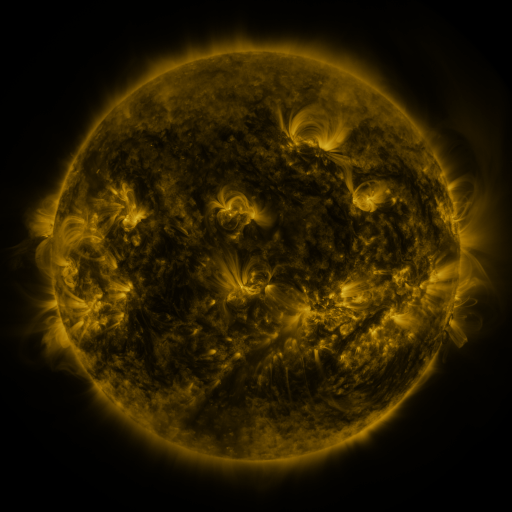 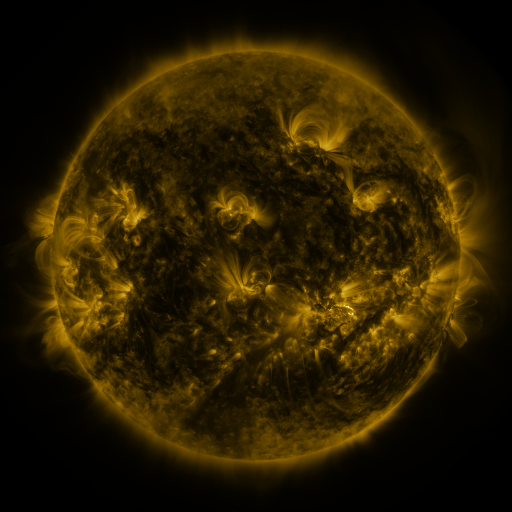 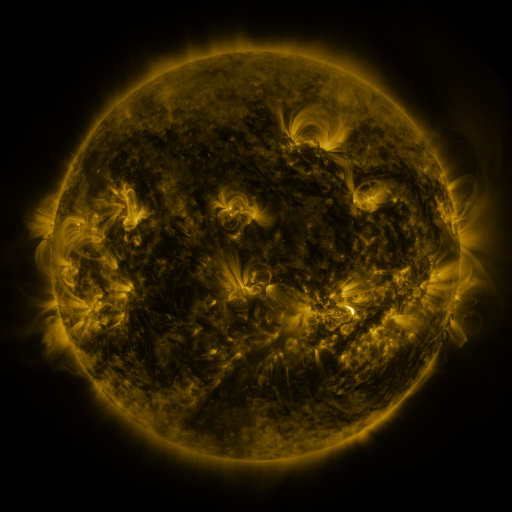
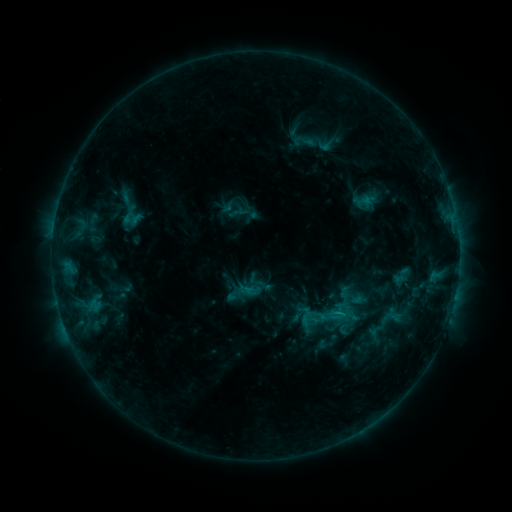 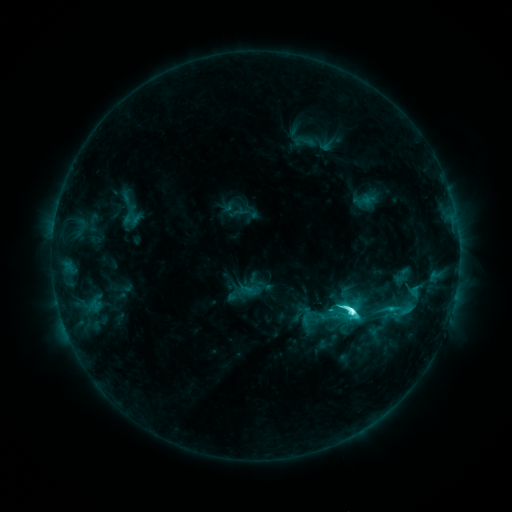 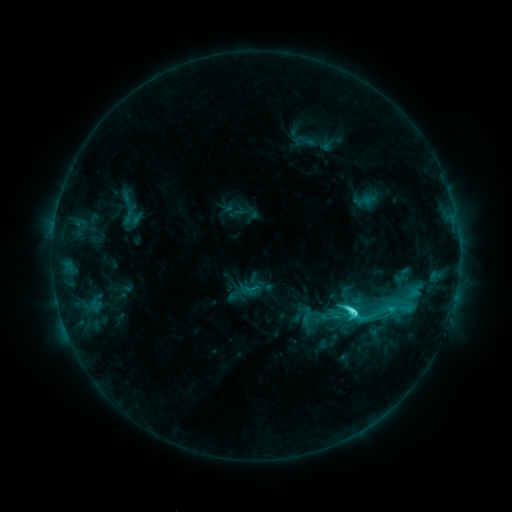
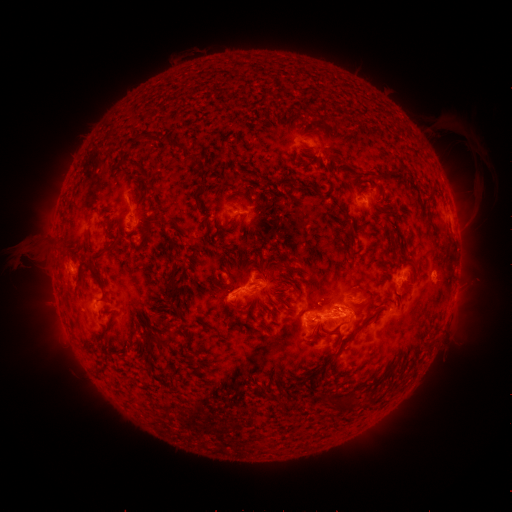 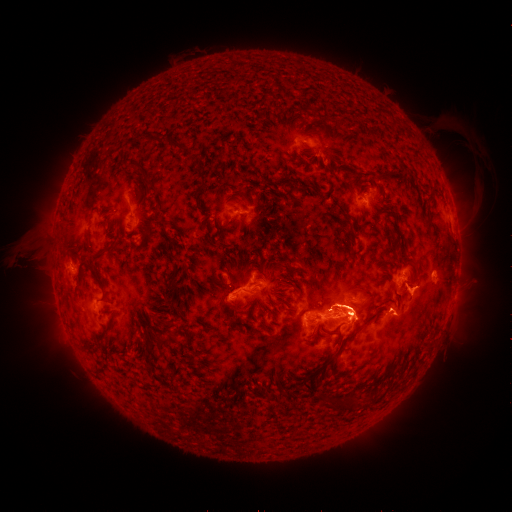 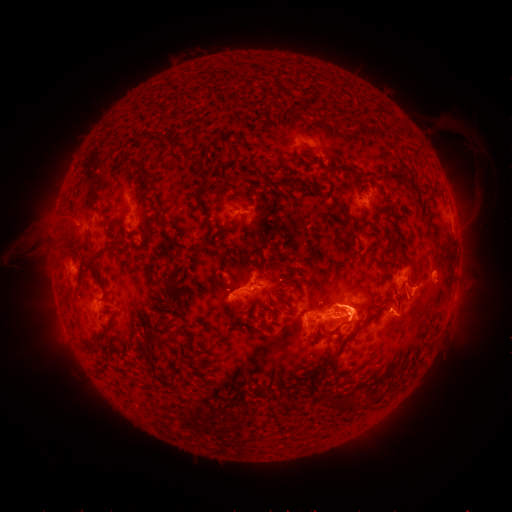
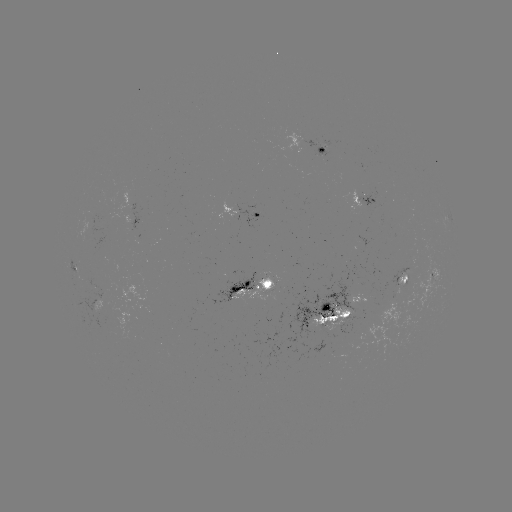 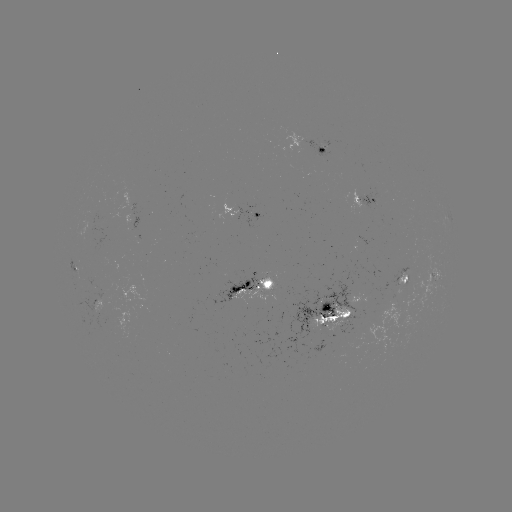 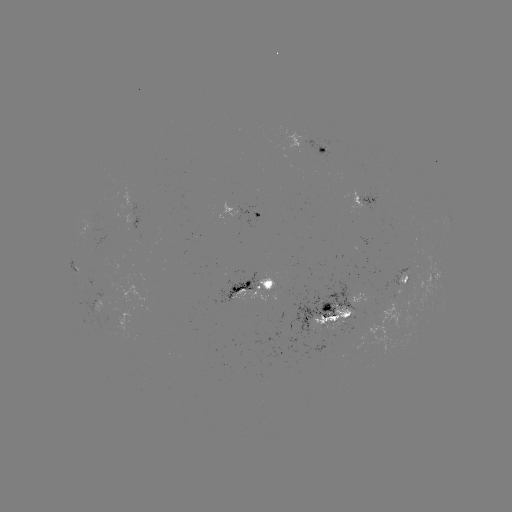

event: flare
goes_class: M1.3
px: (351, 307)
